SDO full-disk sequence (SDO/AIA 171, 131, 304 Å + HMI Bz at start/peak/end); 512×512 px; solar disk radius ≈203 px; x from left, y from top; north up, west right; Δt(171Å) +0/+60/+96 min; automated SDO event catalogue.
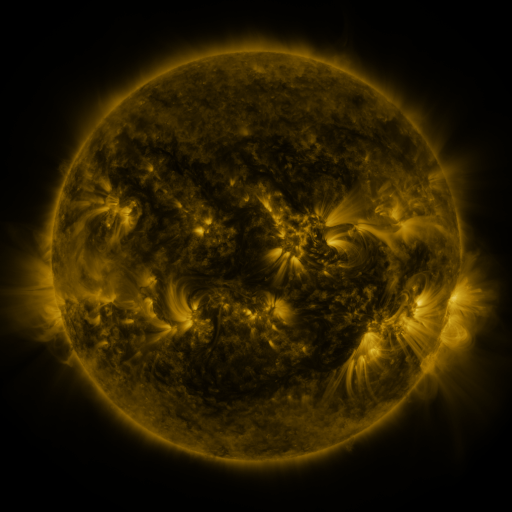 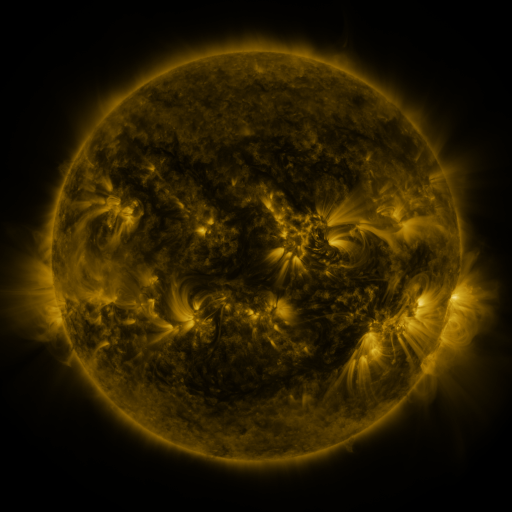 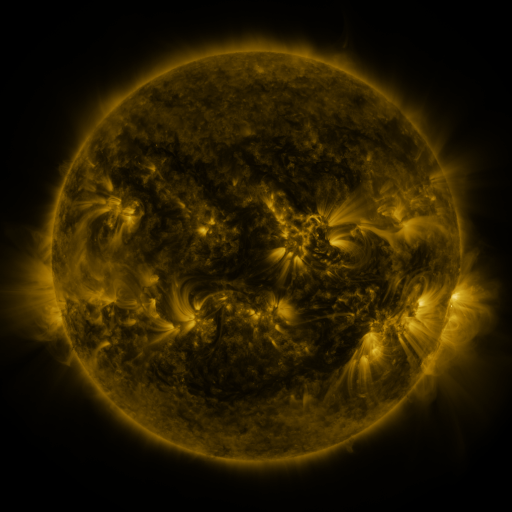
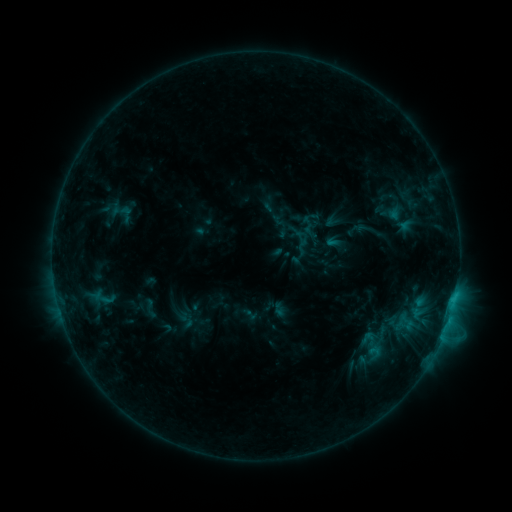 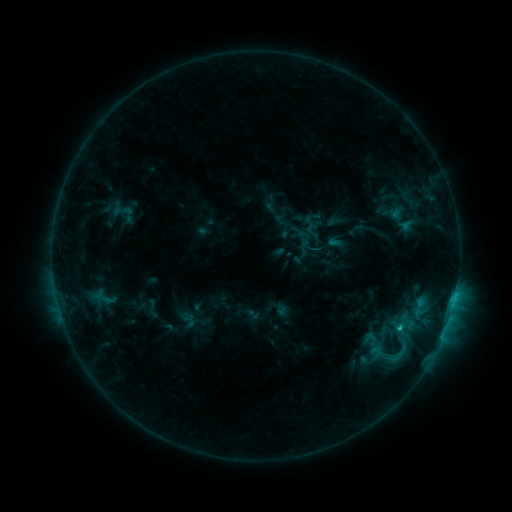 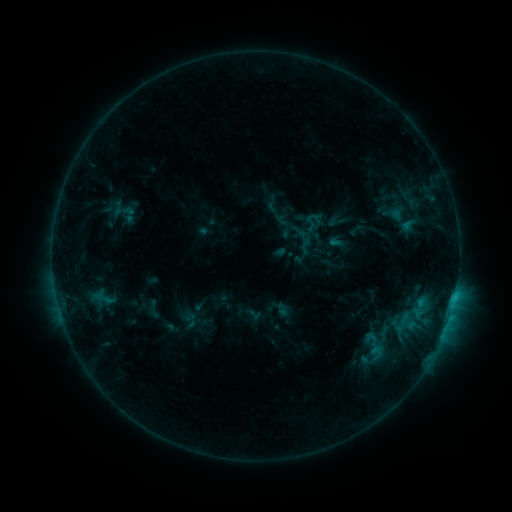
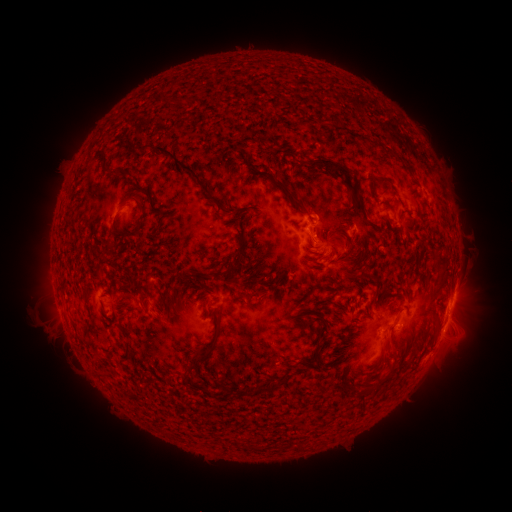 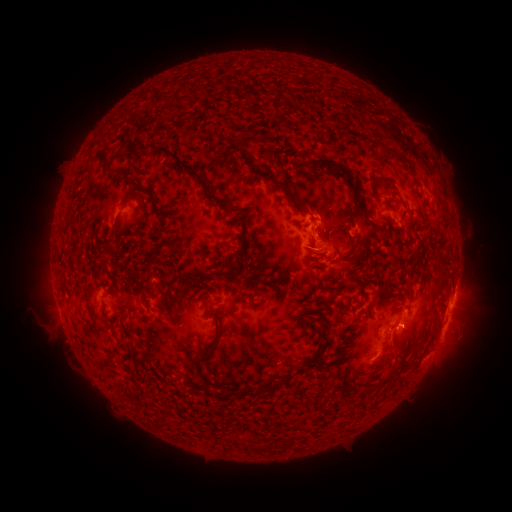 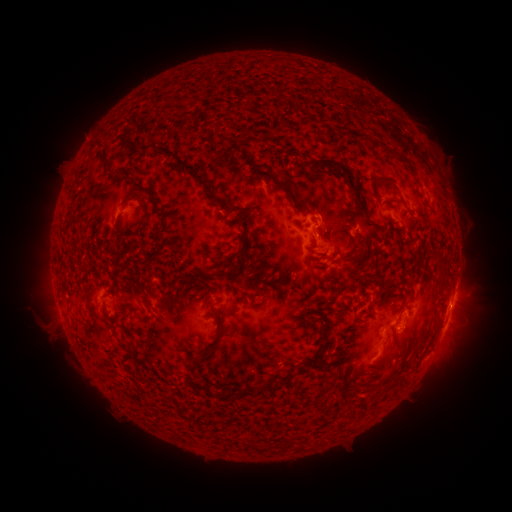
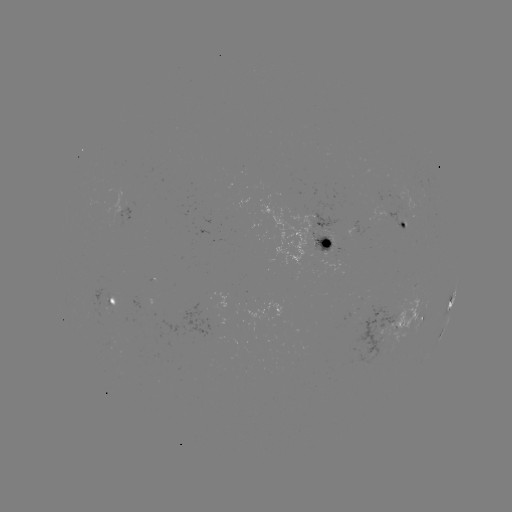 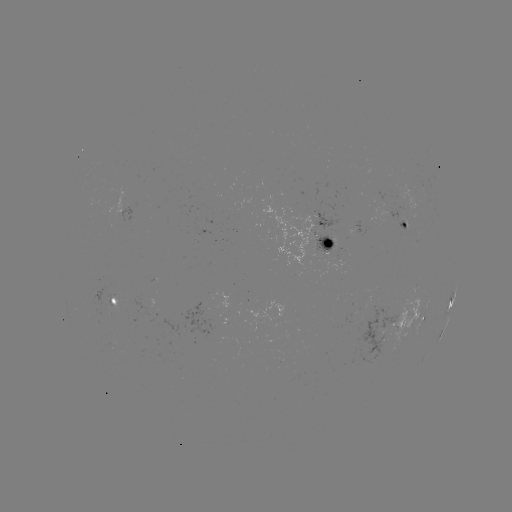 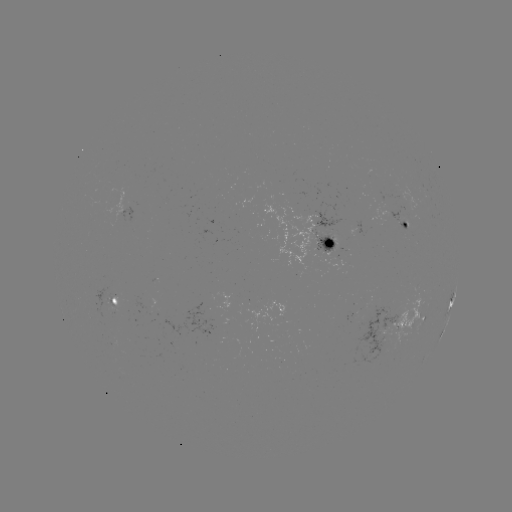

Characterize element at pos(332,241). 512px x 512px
emerging-flux region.